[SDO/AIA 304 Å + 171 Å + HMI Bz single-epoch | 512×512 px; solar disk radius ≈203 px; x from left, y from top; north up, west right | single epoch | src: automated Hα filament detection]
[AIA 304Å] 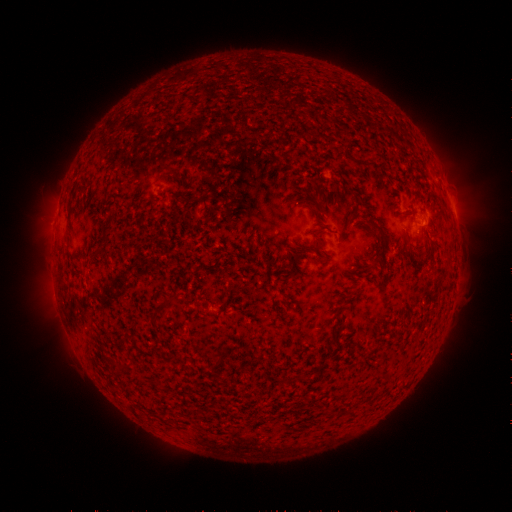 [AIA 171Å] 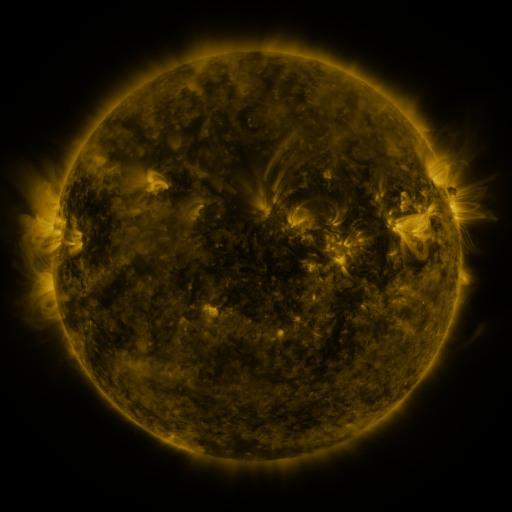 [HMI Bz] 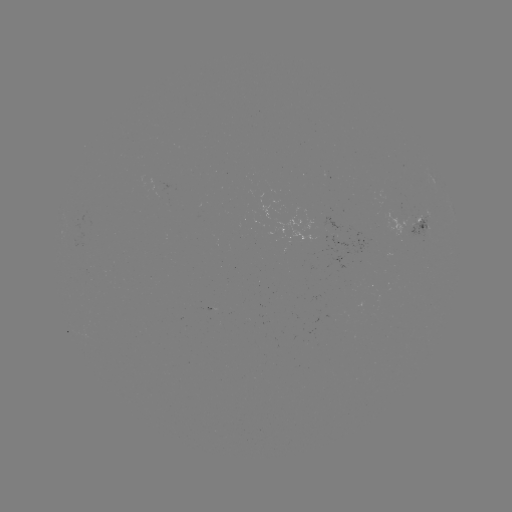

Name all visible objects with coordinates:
filament: (166, 168)
filament: (324, 211)
filament: (353, 211)
filament: (372, 225)
filament: (104, 237)
filament: (169, 301)
filament: (214, 364)
